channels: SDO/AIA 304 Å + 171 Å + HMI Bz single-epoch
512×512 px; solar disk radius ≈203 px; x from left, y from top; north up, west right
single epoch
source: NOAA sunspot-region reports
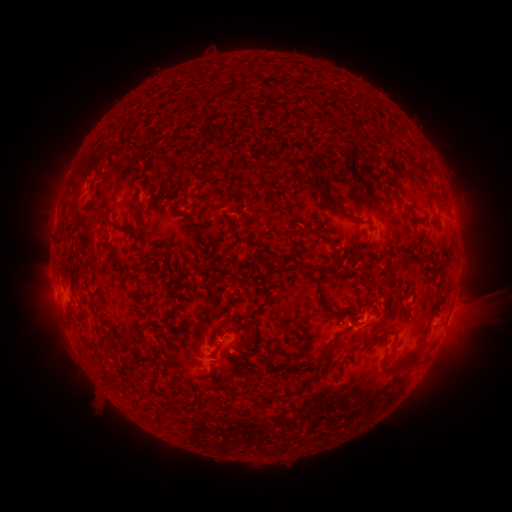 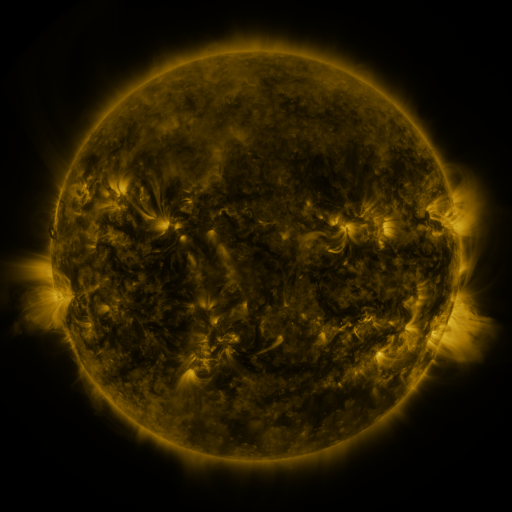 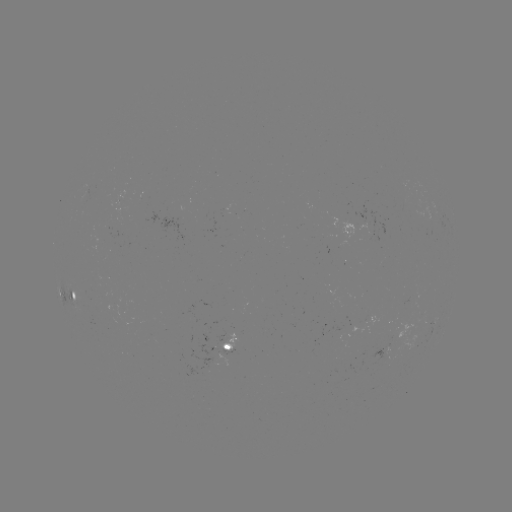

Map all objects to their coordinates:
spotted active region: (73, 296)
spotted active region: (232, 348)
